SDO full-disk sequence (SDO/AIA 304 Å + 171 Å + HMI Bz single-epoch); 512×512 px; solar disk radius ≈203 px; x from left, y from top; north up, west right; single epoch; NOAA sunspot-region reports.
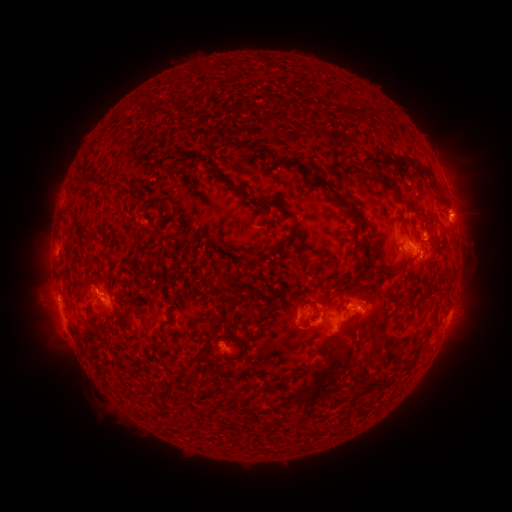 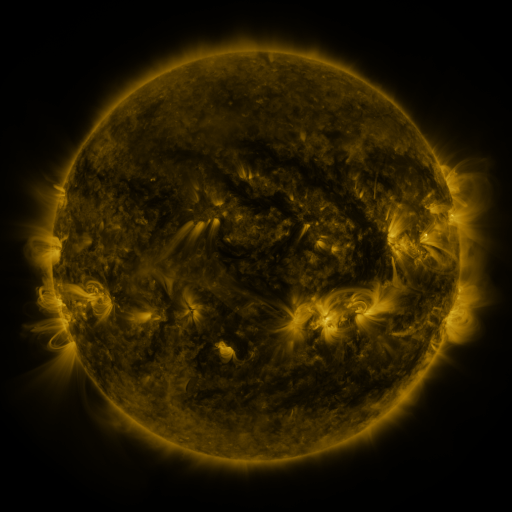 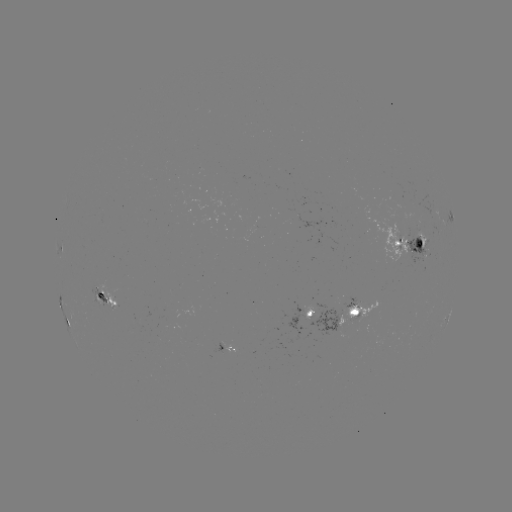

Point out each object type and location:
spotted active region: (413, 242)
spotted active region: (60, 246)
spotted active region: (59, 291)
spotted active region: (108, 295)
spotted active region: (355, 312)
spotted active region: (307, 314)
spotted active region: (68, 319)
spotted active region: (446, 321)
spotted active region: (226, 347)
